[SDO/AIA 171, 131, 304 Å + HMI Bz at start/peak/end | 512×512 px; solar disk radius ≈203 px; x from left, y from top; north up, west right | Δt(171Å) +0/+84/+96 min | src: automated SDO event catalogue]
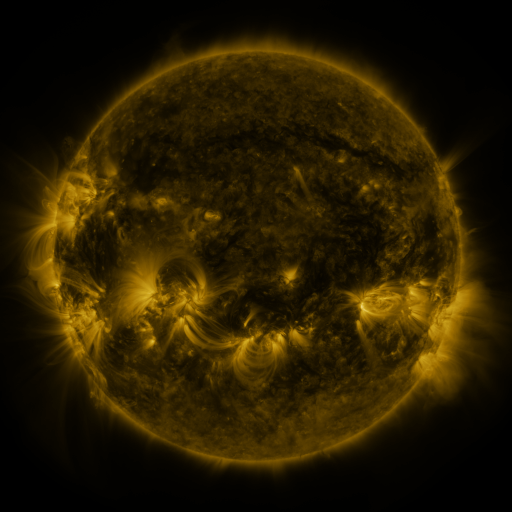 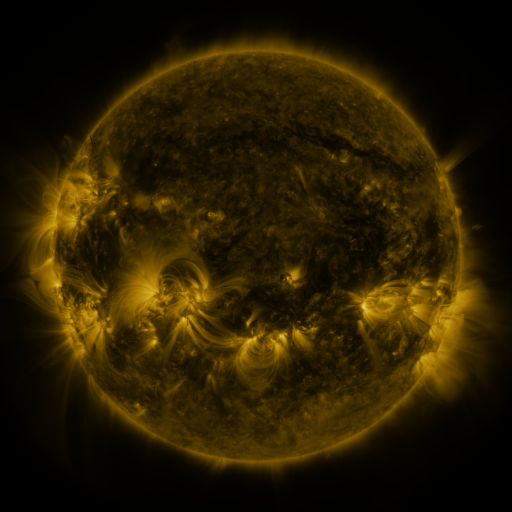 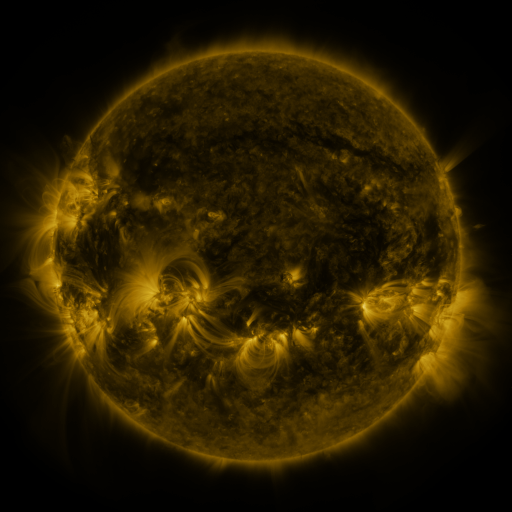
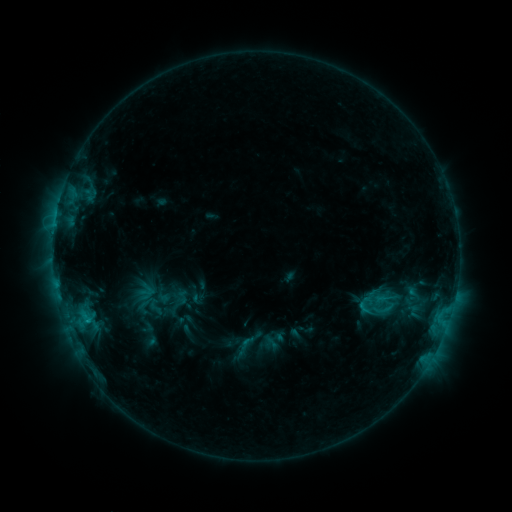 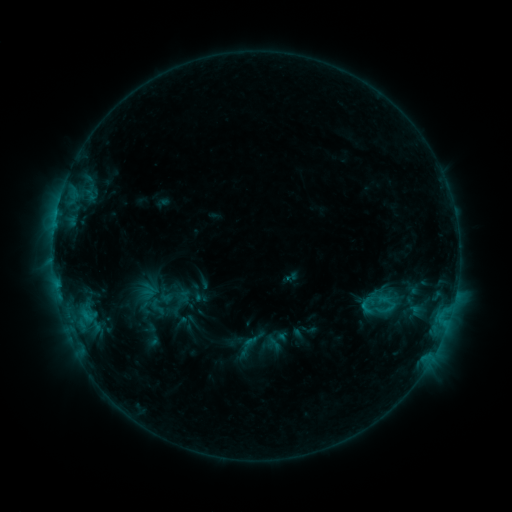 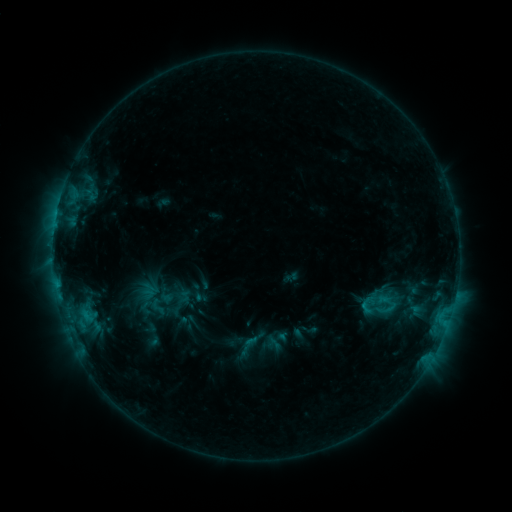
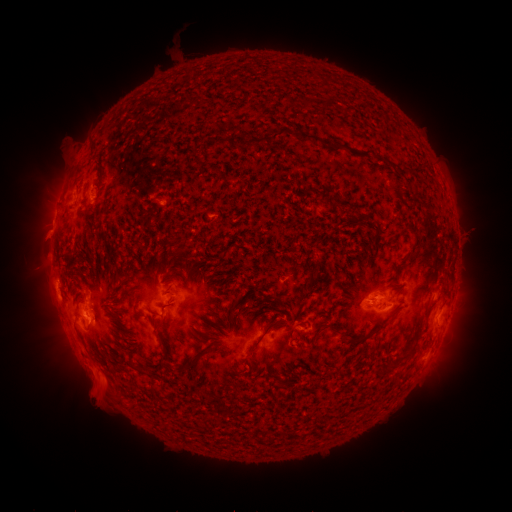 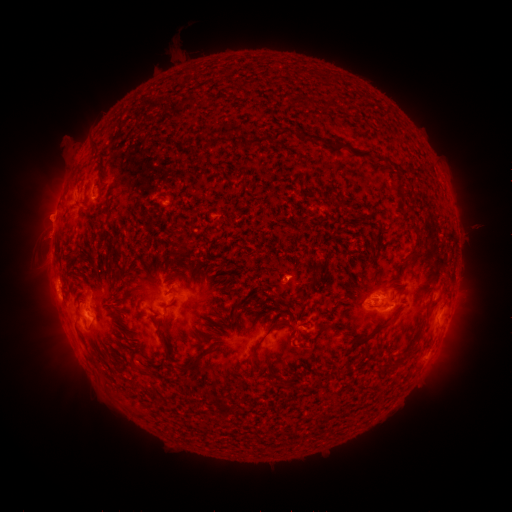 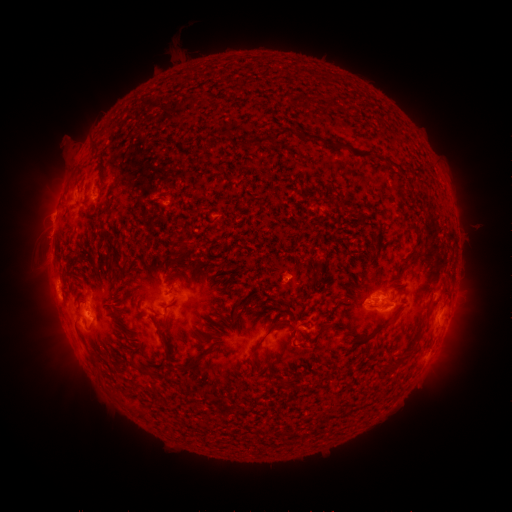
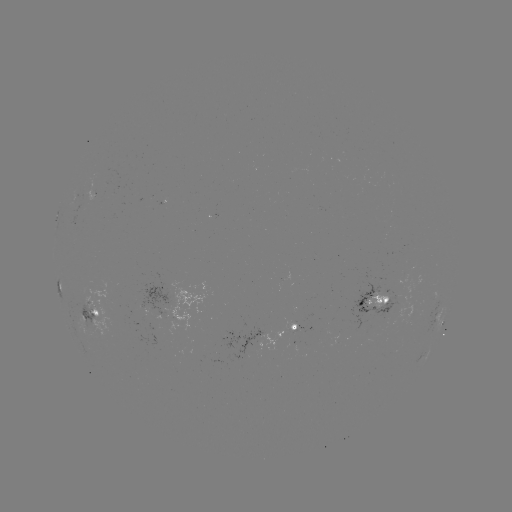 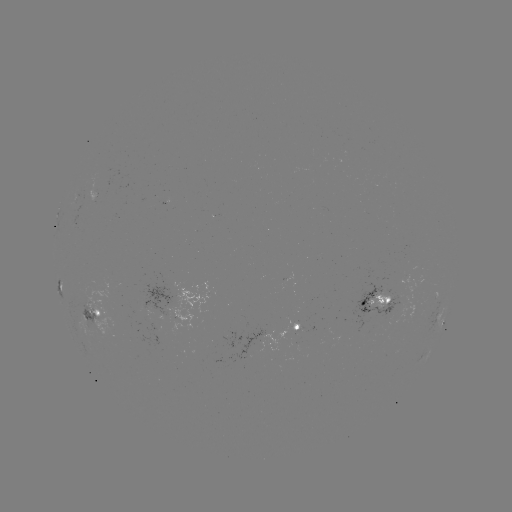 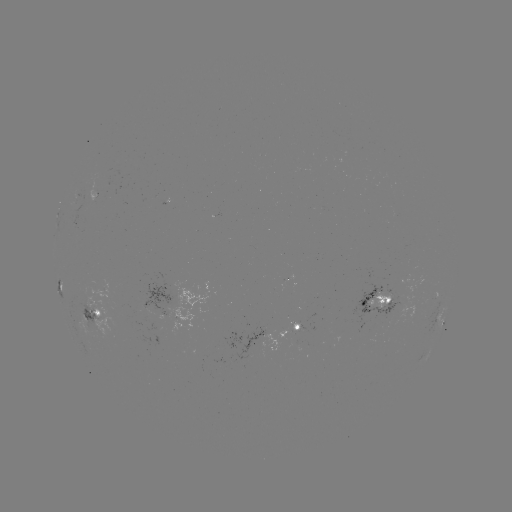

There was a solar emerging-flux region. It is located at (95, 194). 